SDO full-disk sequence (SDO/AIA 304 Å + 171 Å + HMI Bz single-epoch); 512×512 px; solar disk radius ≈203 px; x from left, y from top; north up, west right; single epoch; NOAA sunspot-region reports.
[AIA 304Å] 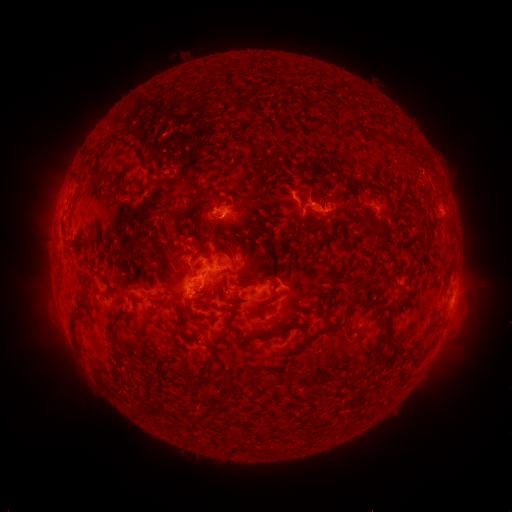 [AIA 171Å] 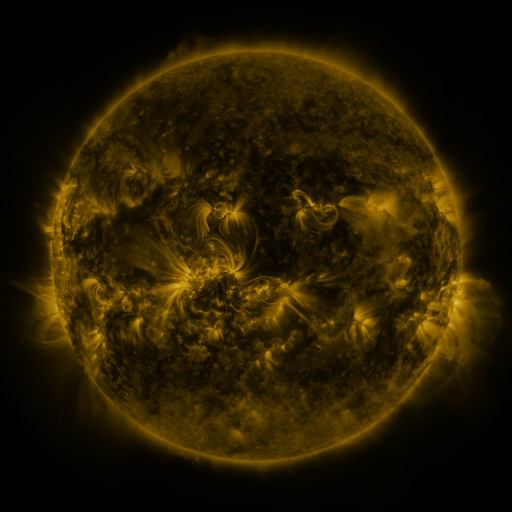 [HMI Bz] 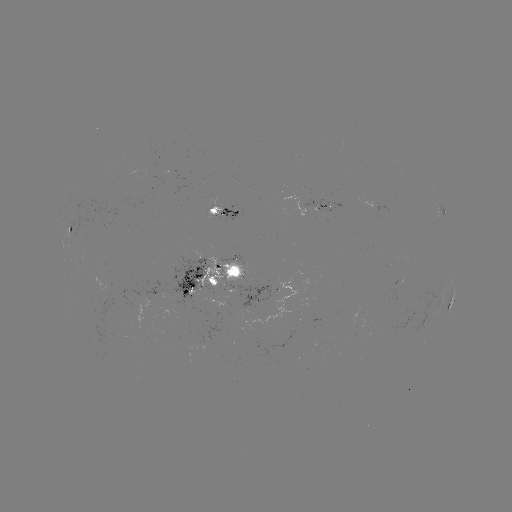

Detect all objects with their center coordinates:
spotted active region: (381, 207)
spotted active region: (324, 208)
spotted active region: (231, 211)
spotted active region: (443, 212)
spotted active region: (69, 229)
spotted active region: (217, 275)
spotted active region: (280, 282)
spotted active region: (453, 300)
spotted active region: (444, 301)
